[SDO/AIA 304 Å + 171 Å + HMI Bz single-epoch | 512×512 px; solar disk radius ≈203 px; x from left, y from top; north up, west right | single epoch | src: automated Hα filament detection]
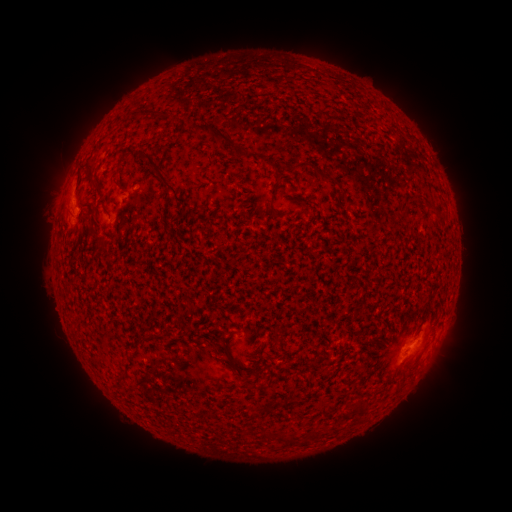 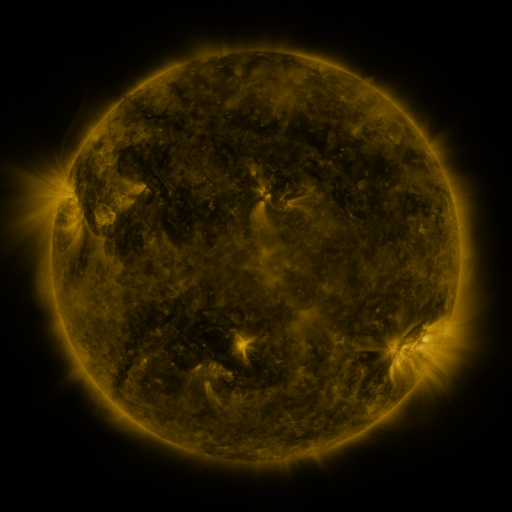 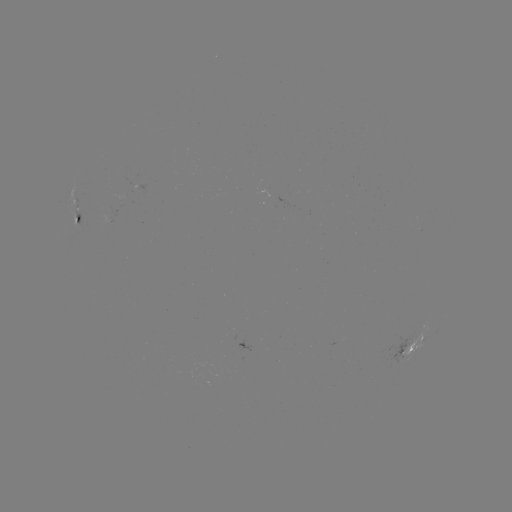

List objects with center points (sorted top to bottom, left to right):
filament: (213, 132)
filament: (264, 159)
filament: (299, 165)
filament: (326, 177)
filament: (163, 178)
filament: (117, 182)
filament: (96, 188)
filament: (276, 215)
filament: (239, 371)
filament: (310, 377)
filament: (396, 390)
filament: (266, 435)
filament: (285, 439)
